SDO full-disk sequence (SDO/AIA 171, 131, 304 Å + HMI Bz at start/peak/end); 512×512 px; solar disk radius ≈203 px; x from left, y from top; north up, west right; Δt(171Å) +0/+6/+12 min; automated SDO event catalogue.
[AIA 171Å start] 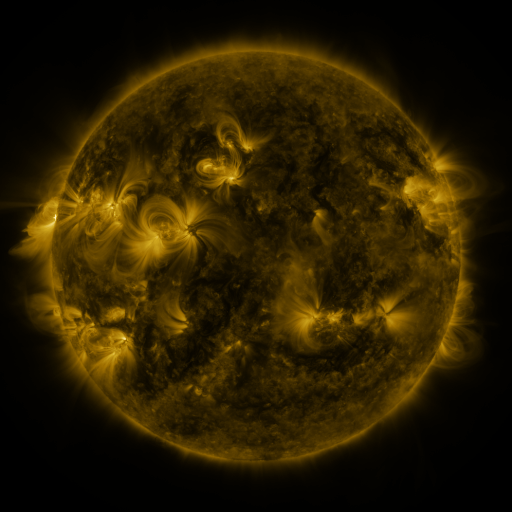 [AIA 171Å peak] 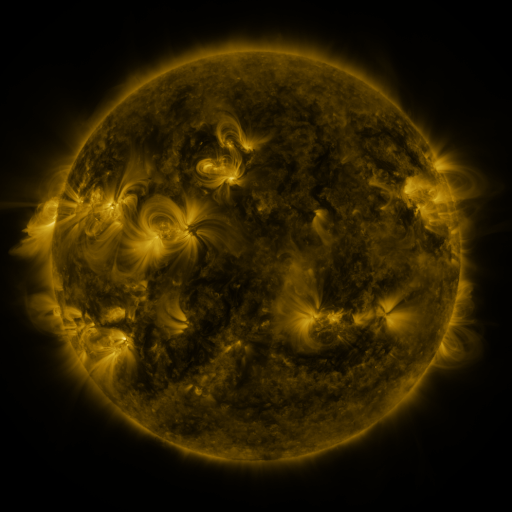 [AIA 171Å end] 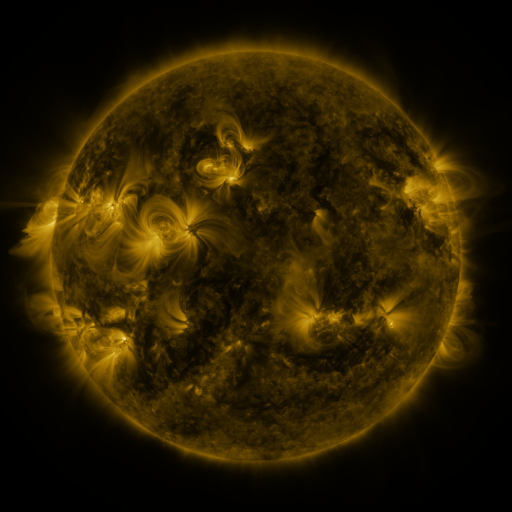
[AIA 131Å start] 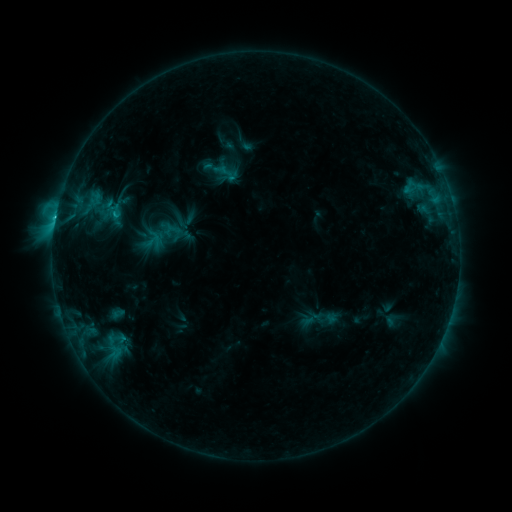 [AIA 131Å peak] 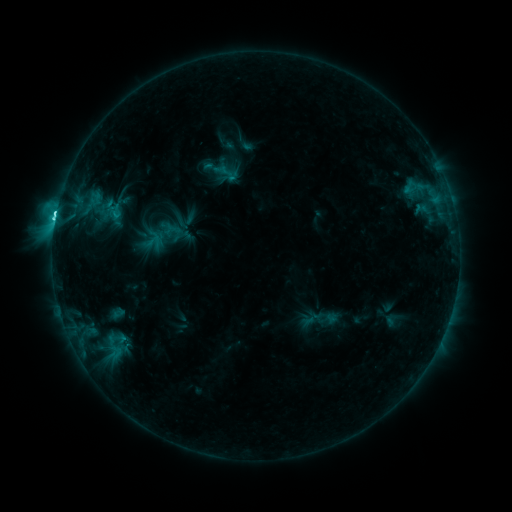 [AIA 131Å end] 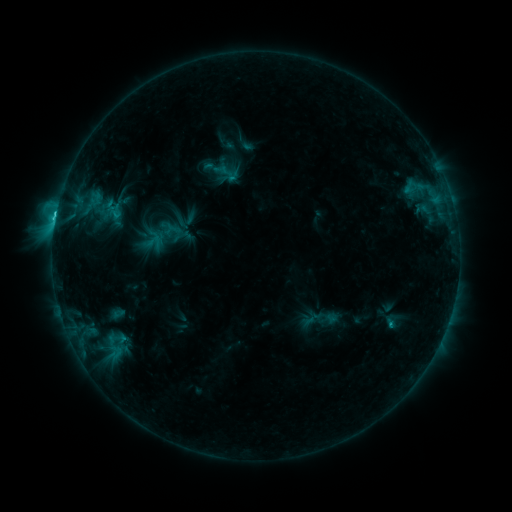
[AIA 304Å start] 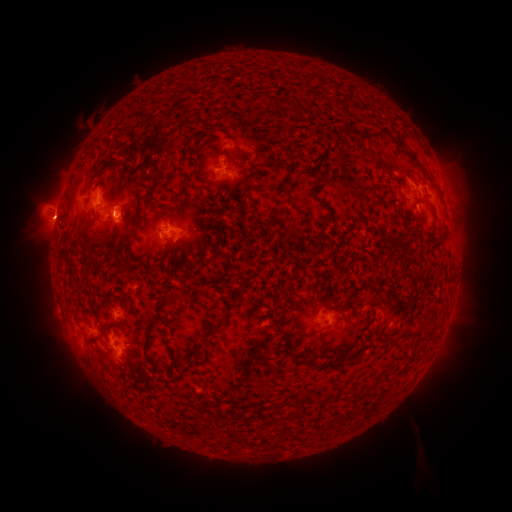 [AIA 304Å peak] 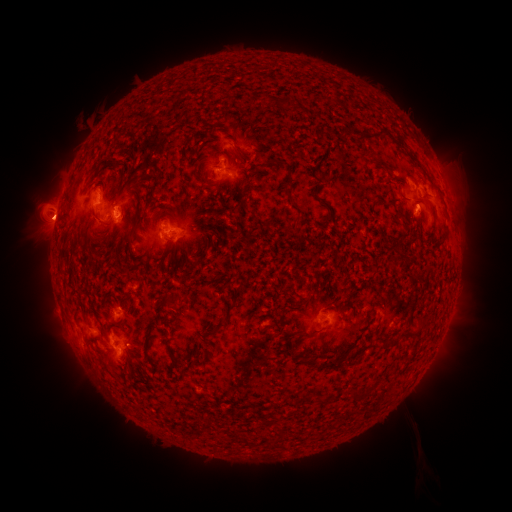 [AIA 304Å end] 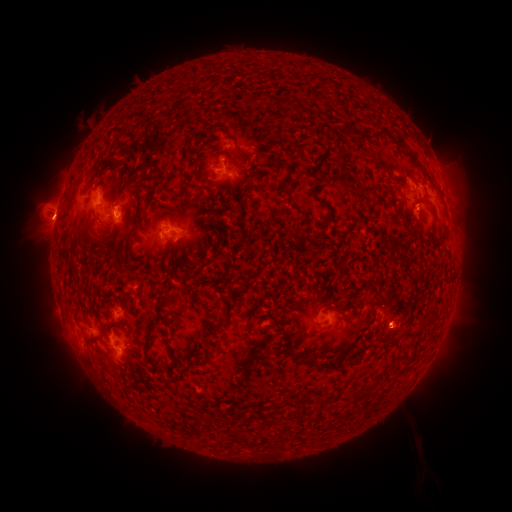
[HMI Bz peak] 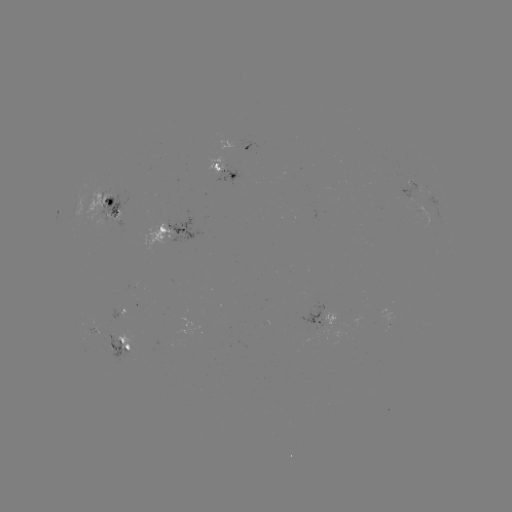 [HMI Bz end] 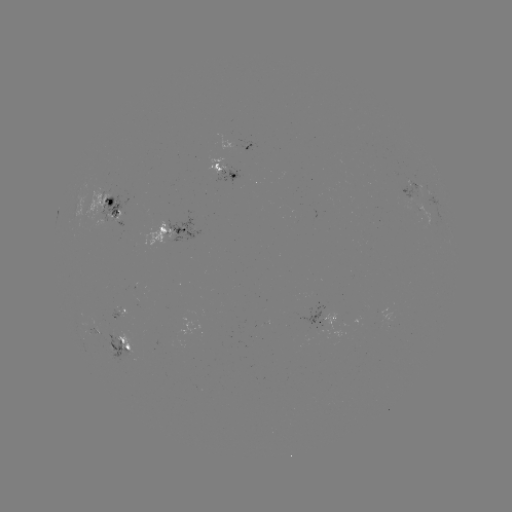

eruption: <bbox>10, 147, 147, 261</bbox>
